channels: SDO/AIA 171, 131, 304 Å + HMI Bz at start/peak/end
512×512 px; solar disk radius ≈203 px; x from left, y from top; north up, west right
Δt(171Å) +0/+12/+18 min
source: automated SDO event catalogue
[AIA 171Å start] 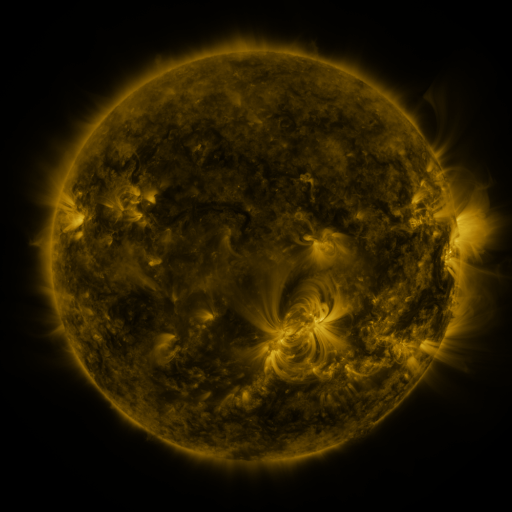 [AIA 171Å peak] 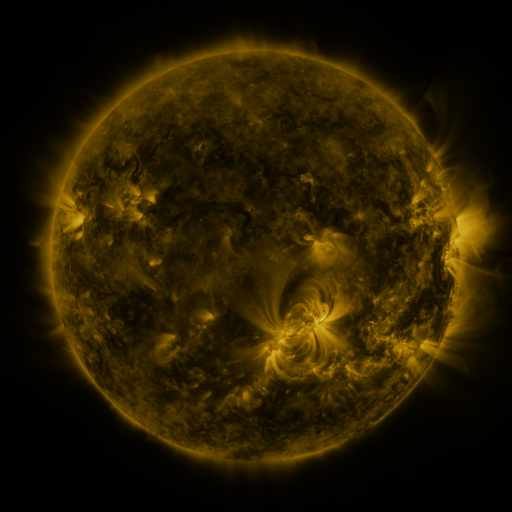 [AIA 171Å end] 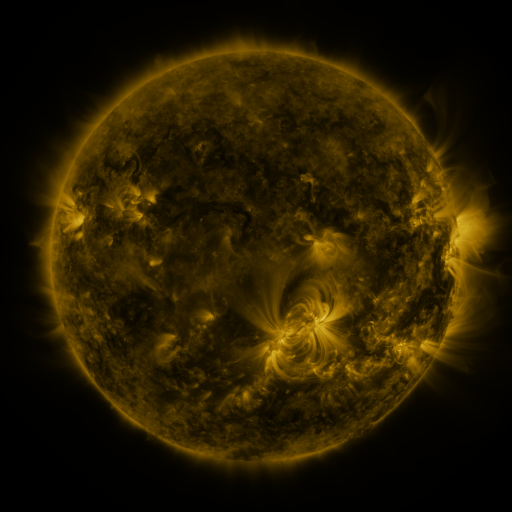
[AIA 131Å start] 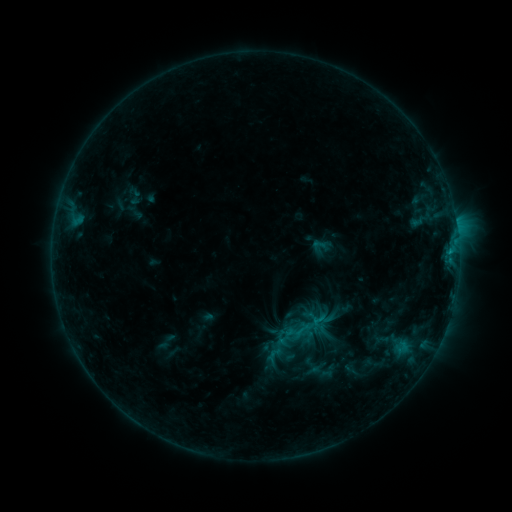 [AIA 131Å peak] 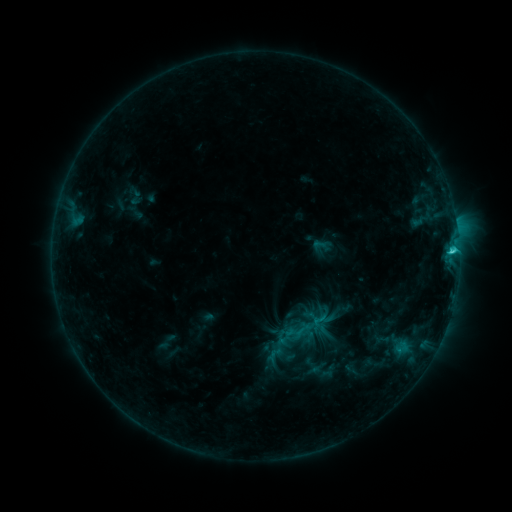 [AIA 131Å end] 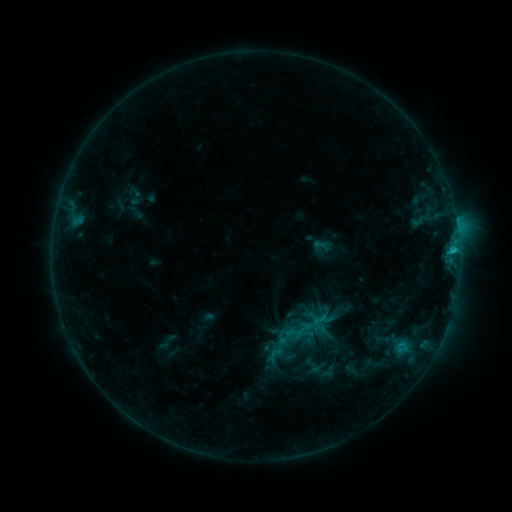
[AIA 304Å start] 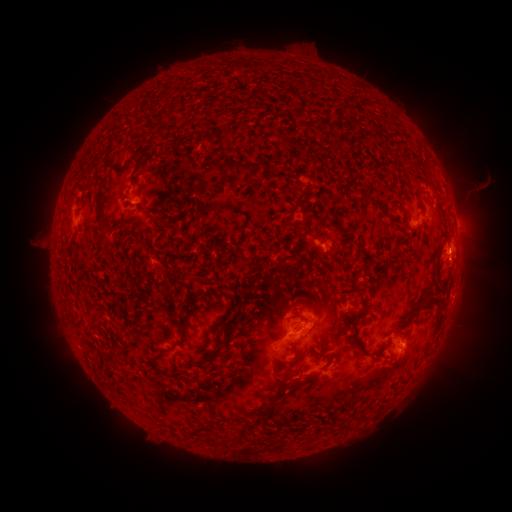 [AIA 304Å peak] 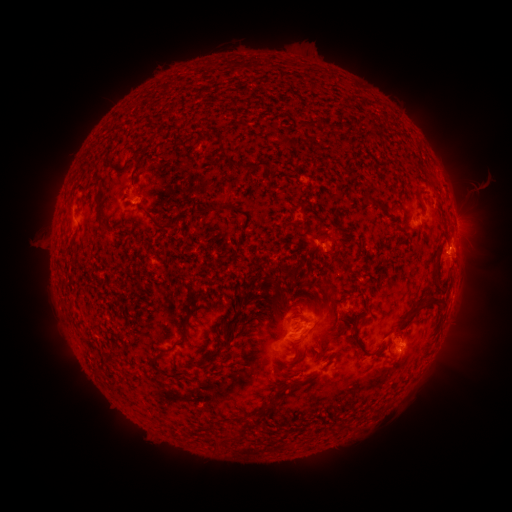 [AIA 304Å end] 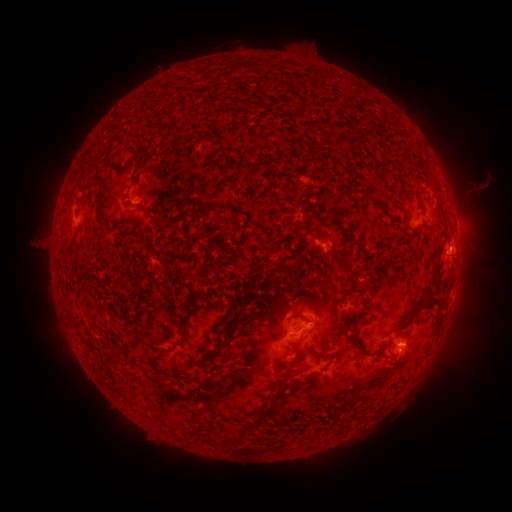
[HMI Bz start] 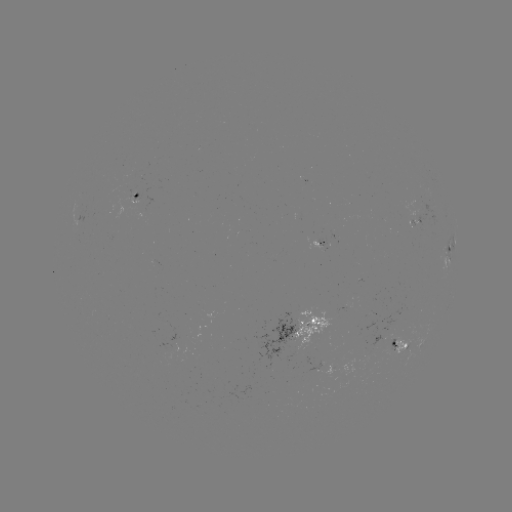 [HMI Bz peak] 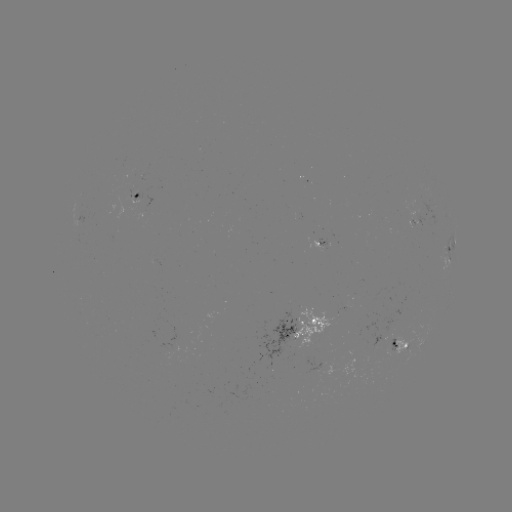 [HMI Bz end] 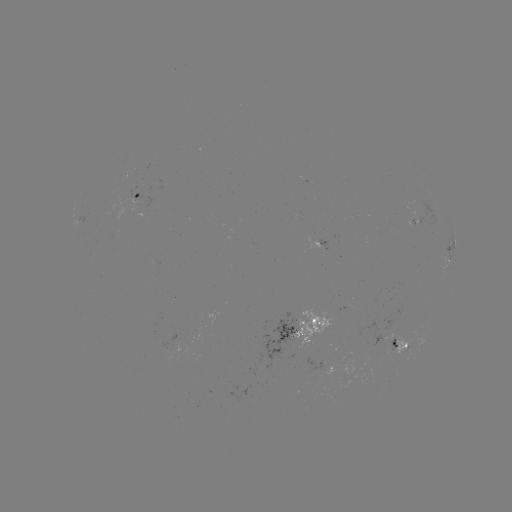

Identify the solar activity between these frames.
C1.6 flare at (451, 252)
